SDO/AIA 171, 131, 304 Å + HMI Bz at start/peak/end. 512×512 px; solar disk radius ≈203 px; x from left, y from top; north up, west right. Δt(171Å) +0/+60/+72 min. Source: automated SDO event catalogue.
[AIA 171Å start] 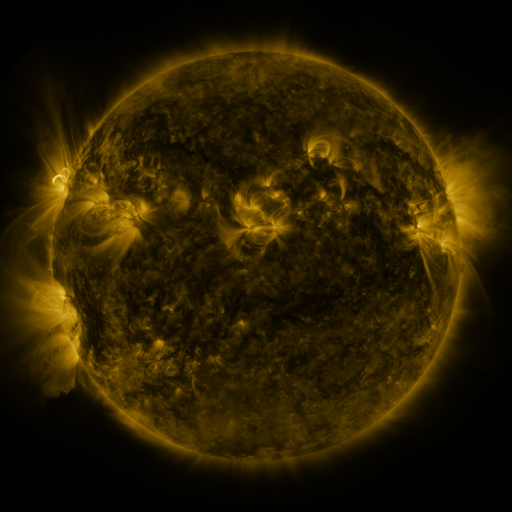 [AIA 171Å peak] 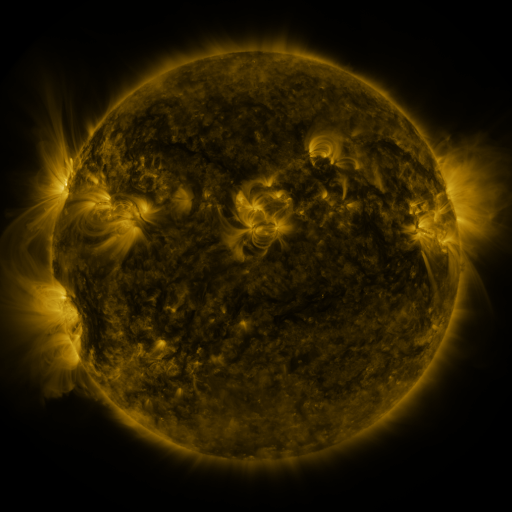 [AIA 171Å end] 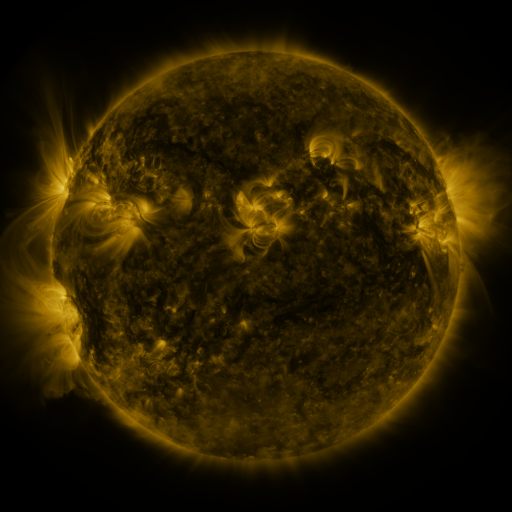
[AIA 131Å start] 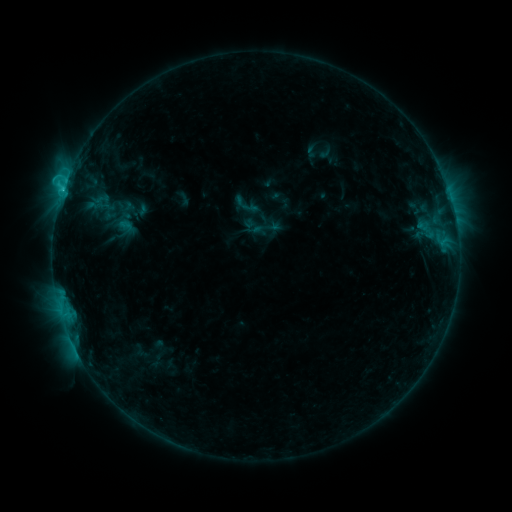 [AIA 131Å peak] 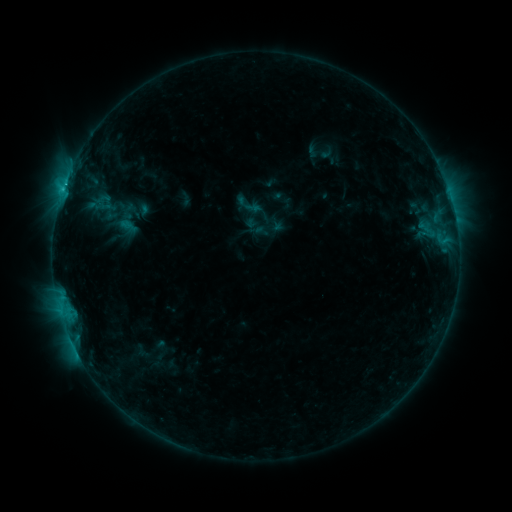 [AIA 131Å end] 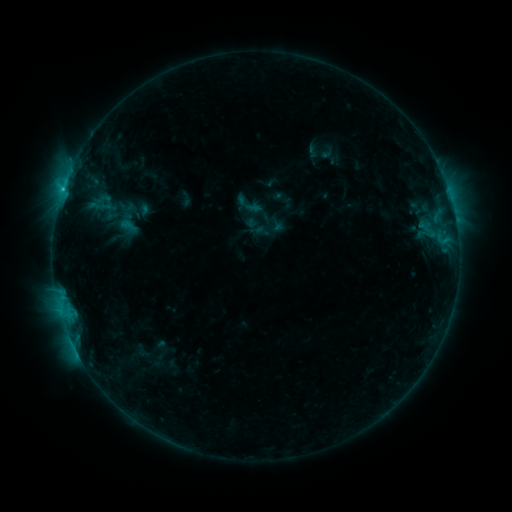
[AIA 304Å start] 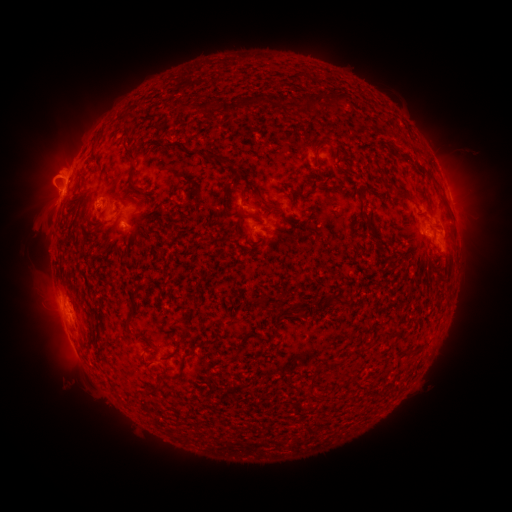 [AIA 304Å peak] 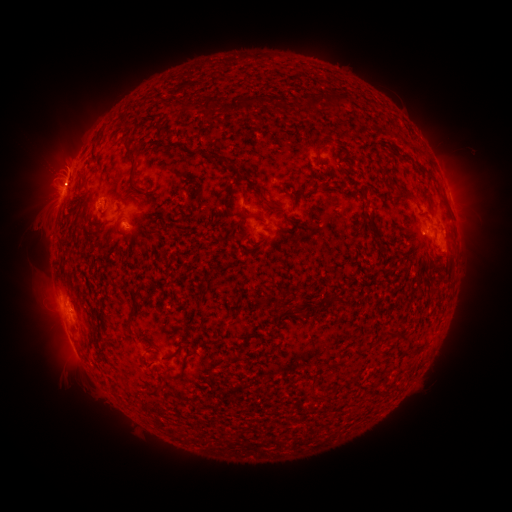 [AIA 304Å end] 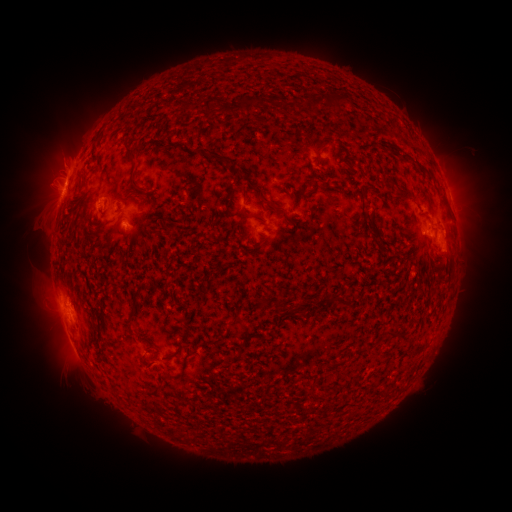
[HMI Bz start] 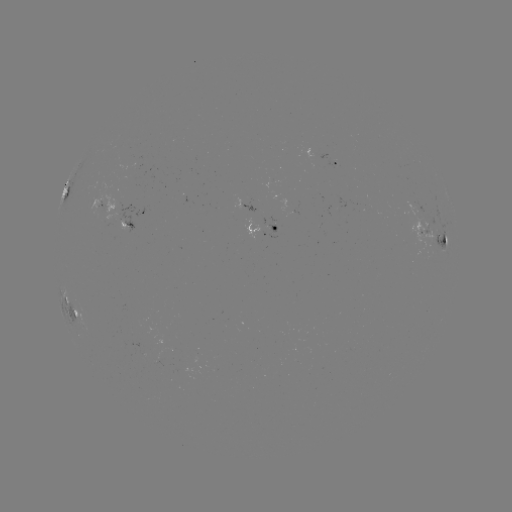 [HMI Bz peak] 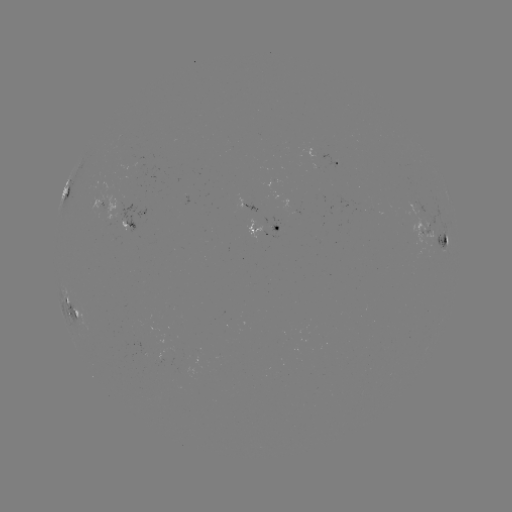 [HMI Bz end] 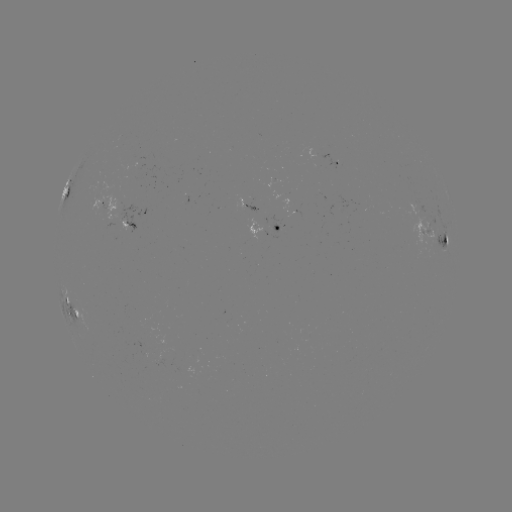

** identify emerging-flux region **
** [284, 218] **